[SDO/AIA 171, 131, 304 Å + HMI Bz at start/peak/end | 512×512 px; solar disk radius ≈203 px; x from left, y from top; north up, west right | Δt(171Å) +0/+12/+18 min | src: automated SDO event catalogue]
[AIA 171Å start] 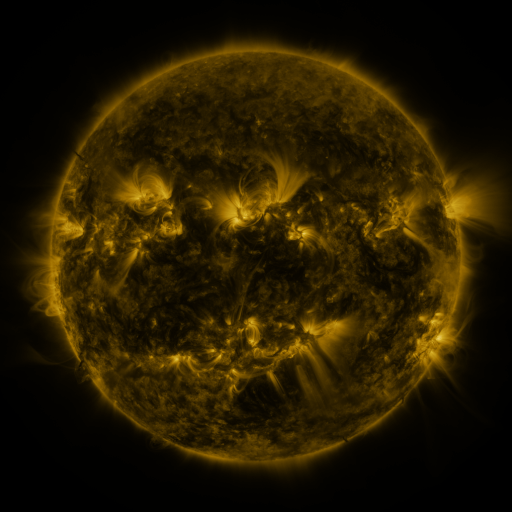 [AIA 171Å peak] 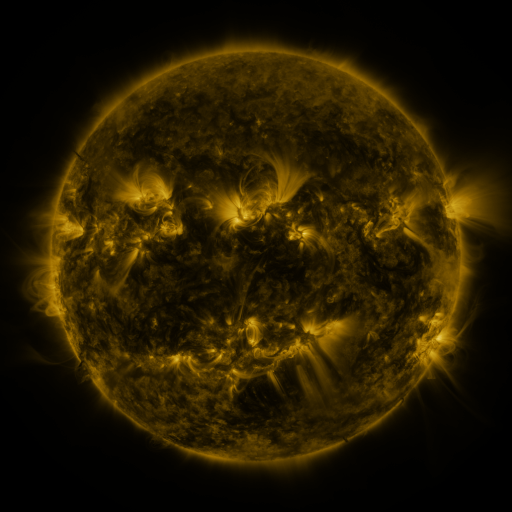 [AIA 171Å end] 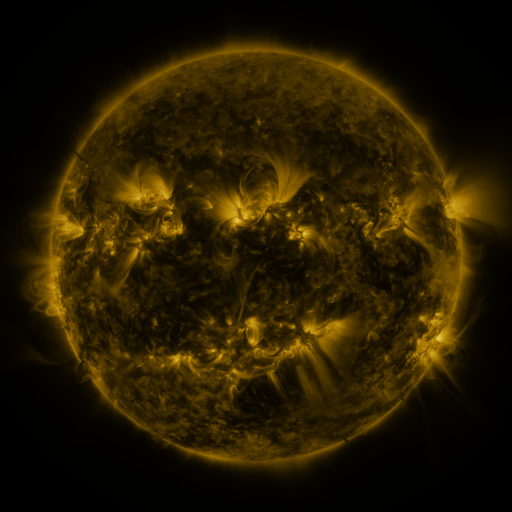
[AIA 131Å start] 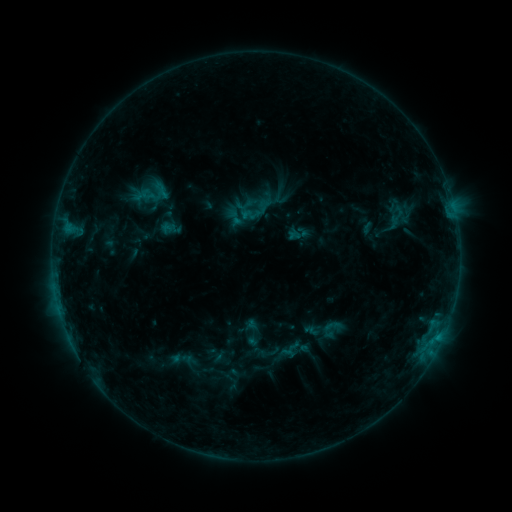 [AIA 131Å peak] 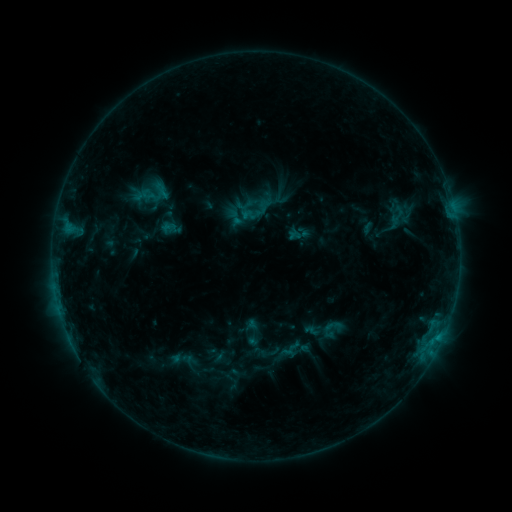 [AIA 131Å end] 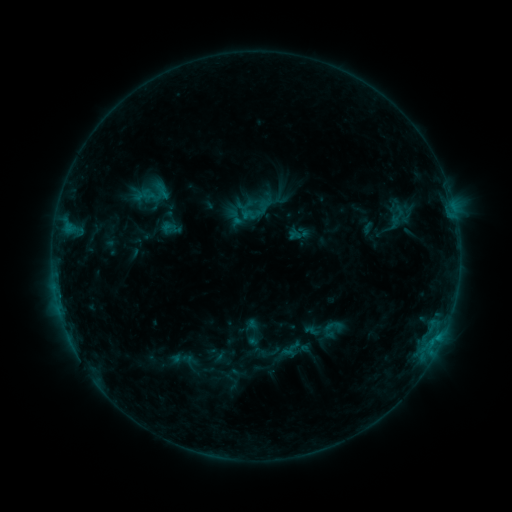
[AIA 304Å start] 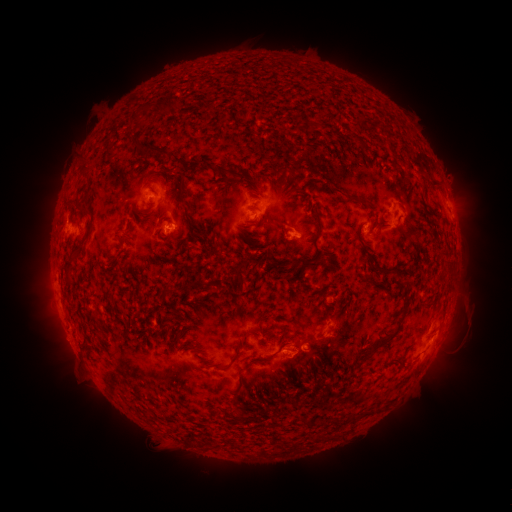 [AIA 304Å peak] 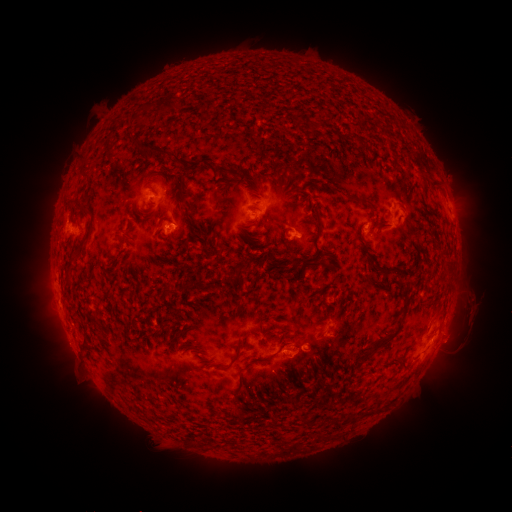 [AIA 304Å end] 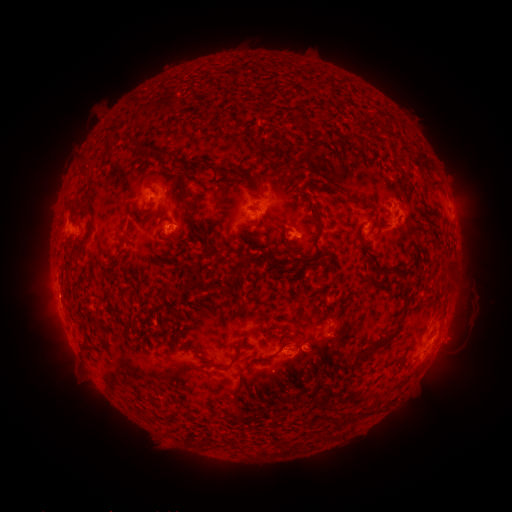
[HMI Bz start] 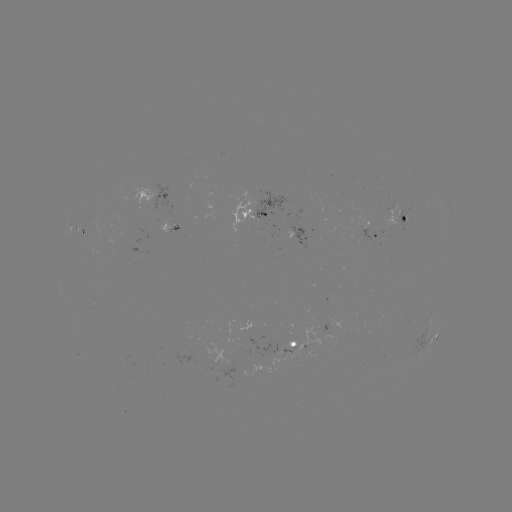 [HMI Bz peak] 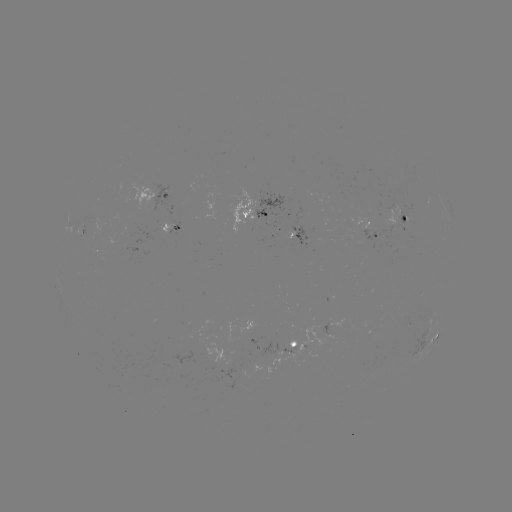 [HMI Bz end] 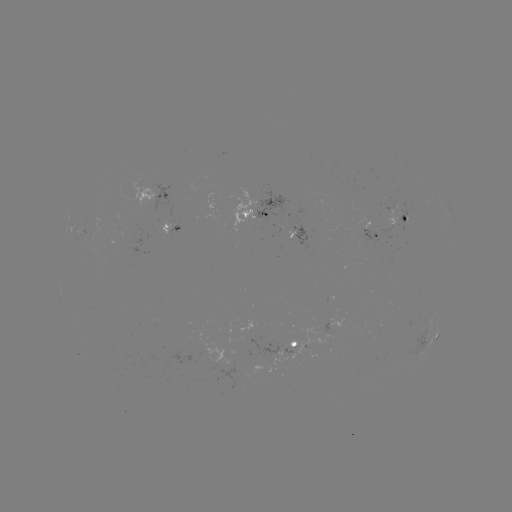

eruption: [438, 284, 490, 359]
